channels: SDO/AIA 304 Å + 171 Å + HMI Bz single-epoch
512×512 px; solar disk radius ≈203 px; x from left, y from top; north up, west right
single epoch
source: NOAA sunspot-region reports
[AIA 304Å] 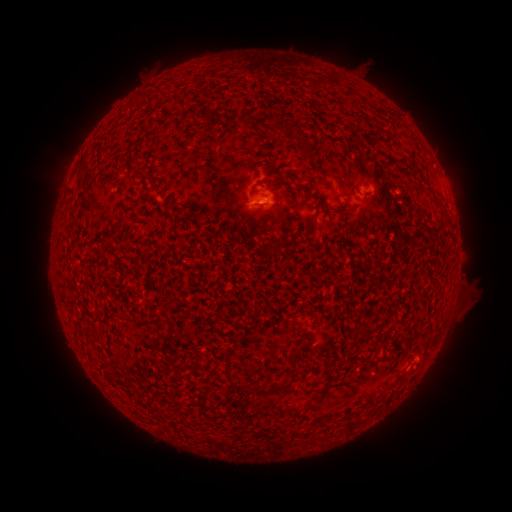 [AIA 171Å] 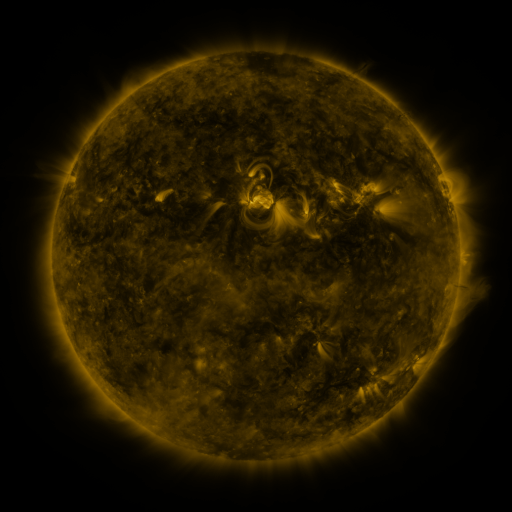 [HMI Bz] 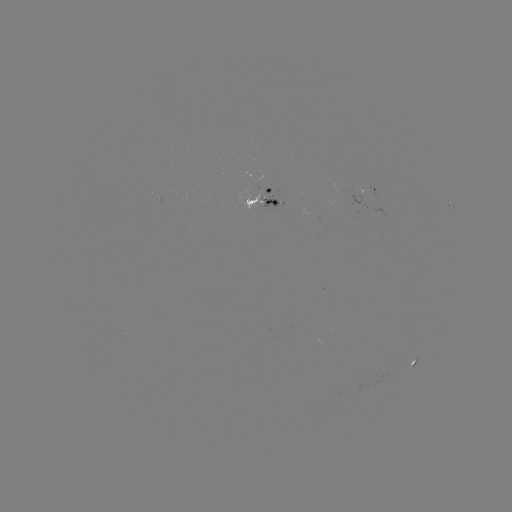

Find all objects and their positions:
spotted active region: (371, 189)
spotted active region: (262, 196)
spotted active region: (452, 212)
spotted active region: (414, 364)
